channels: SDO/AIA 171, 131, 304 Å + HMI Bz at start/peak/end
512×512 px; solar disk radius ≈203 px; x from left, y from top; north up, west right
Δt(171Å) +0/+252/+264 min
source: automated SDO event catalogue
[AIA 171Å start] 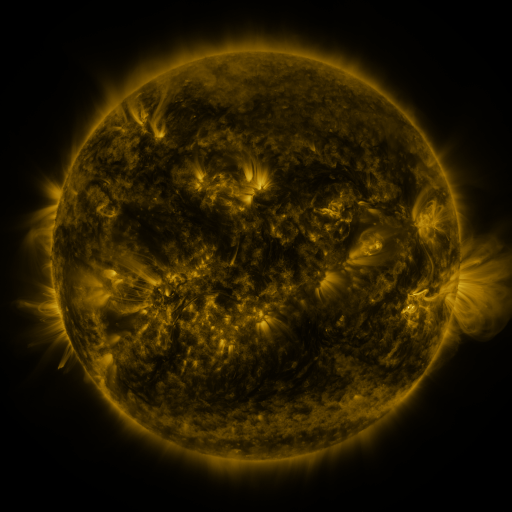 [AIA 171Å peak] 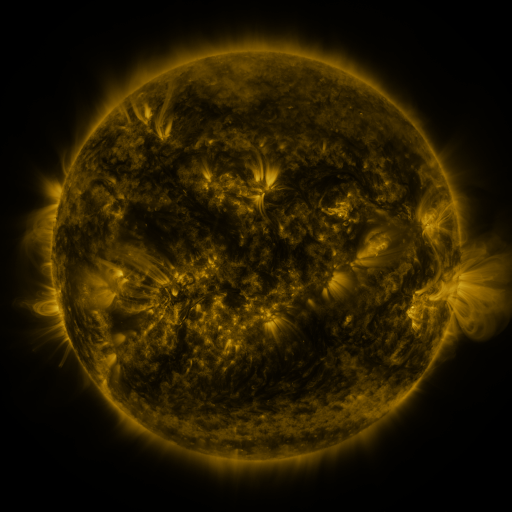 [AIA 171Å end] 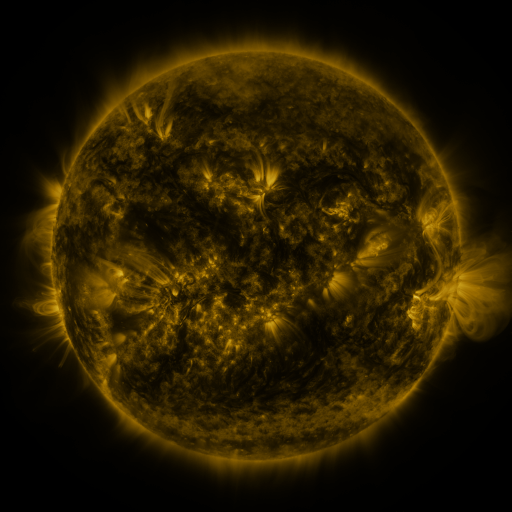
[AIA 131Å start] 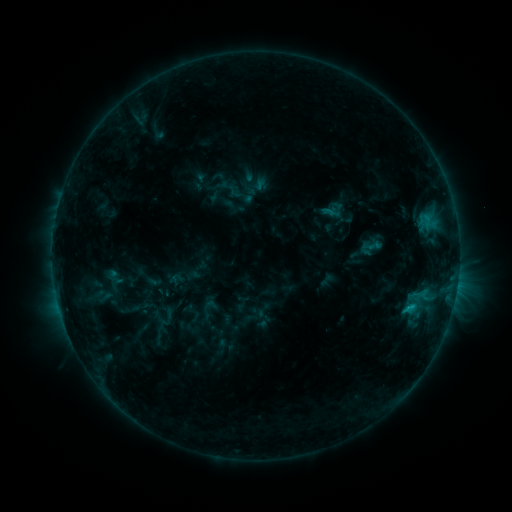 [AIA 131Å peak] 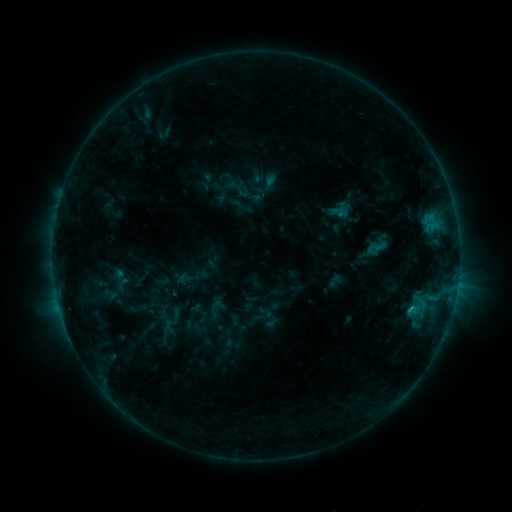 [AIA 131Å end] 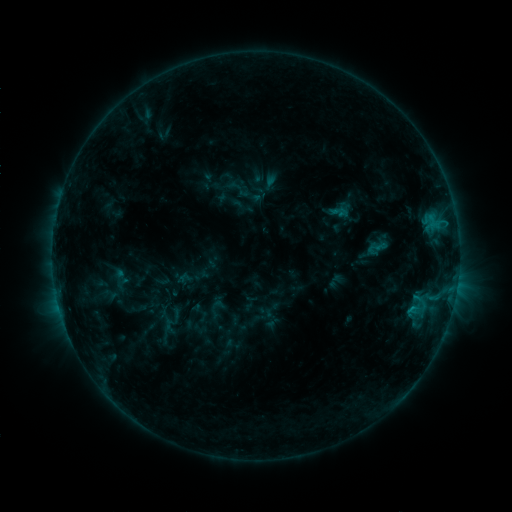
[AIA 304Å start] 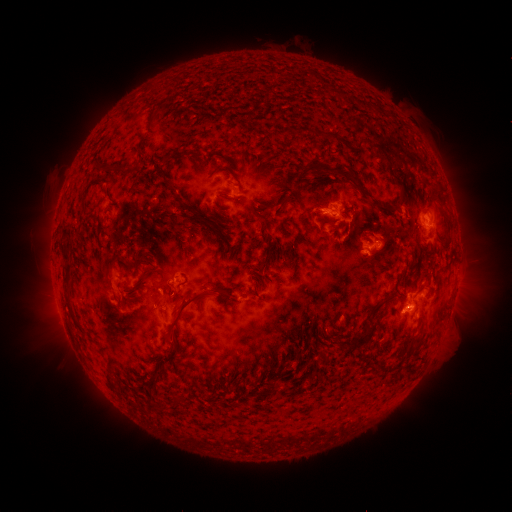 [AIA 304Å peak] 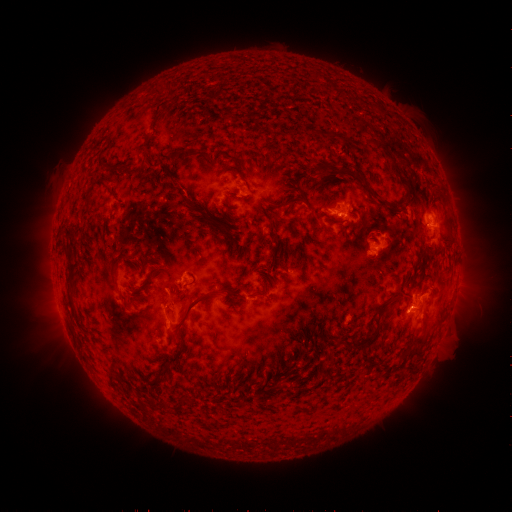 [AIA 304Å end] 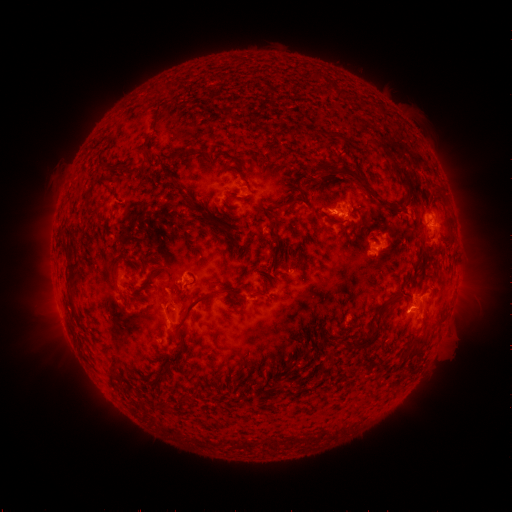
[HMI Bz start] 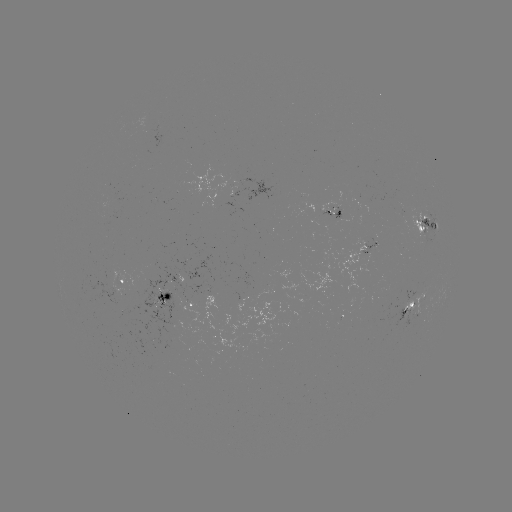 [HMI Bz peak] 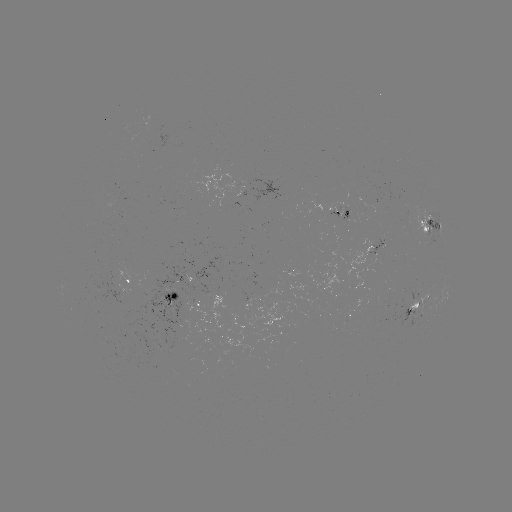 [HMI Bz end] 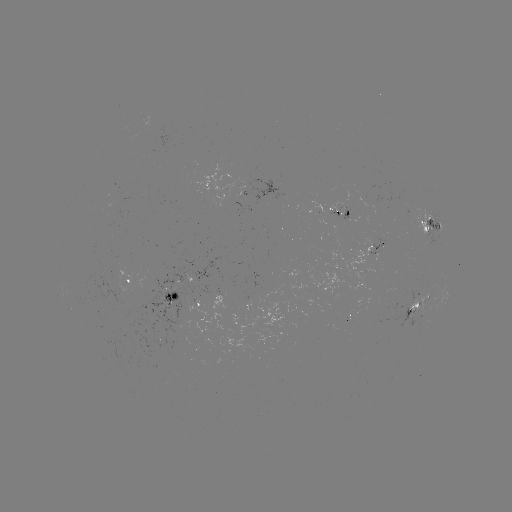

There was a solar emerging-flux region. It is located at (339, 213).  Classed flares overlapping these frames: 1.